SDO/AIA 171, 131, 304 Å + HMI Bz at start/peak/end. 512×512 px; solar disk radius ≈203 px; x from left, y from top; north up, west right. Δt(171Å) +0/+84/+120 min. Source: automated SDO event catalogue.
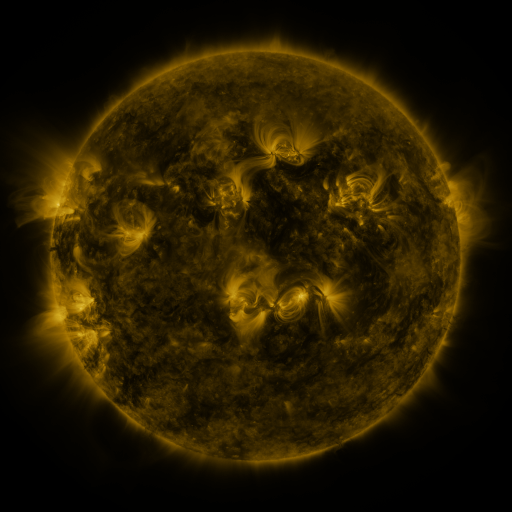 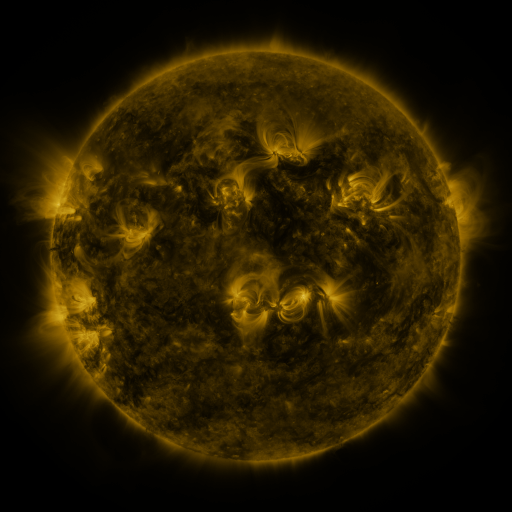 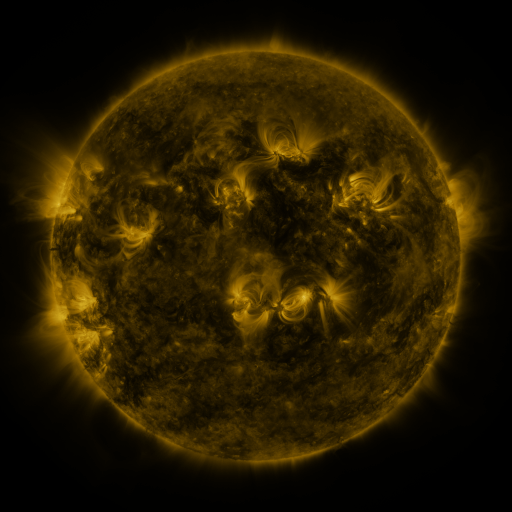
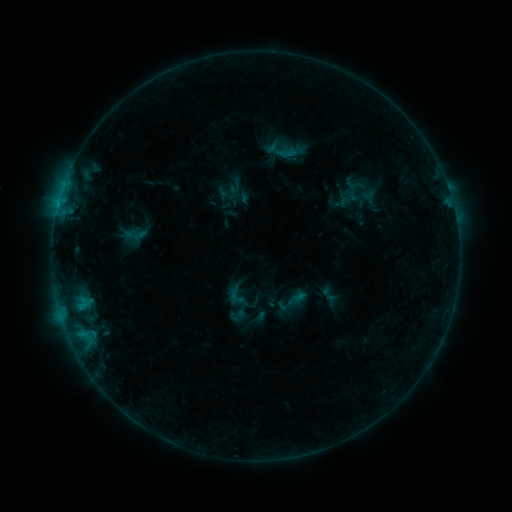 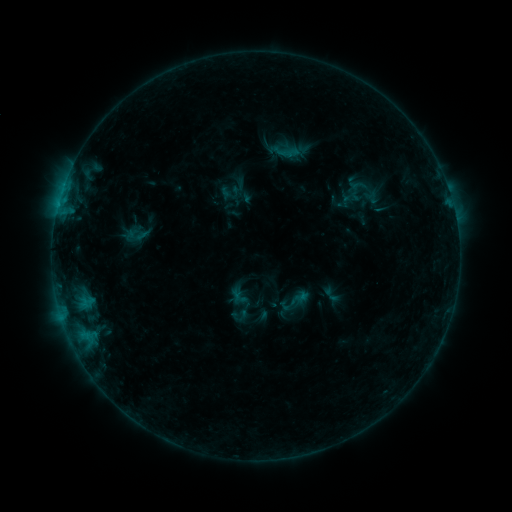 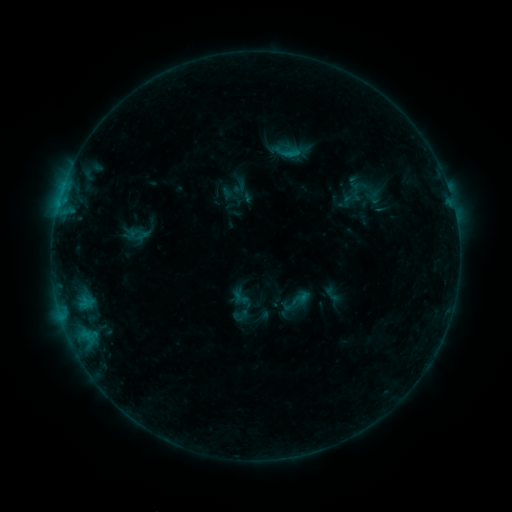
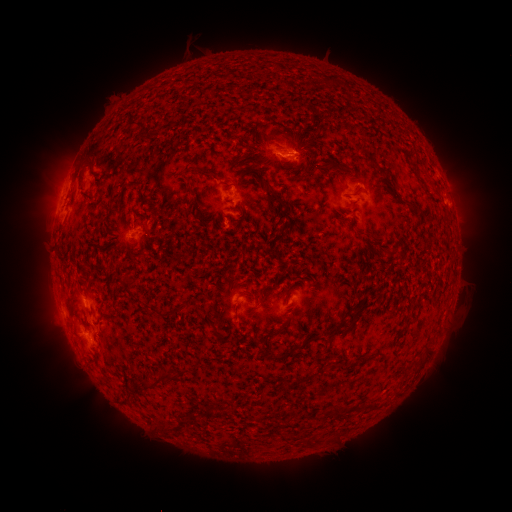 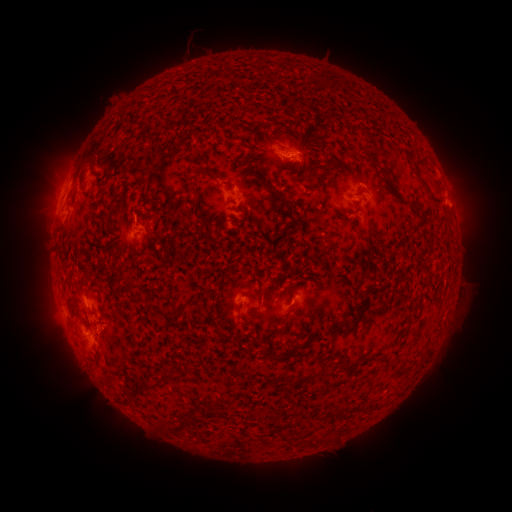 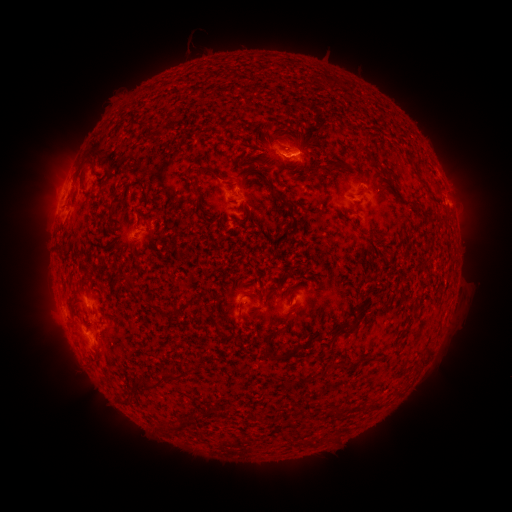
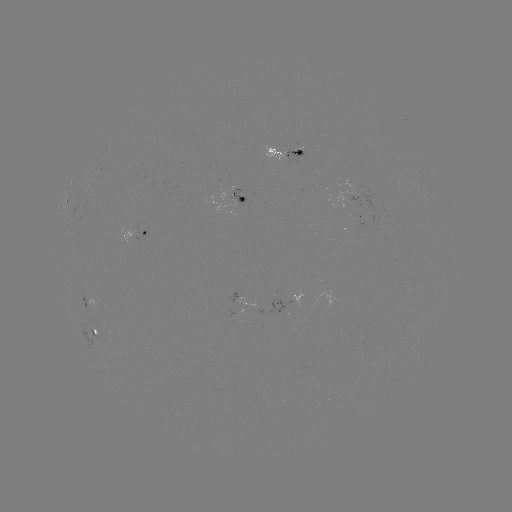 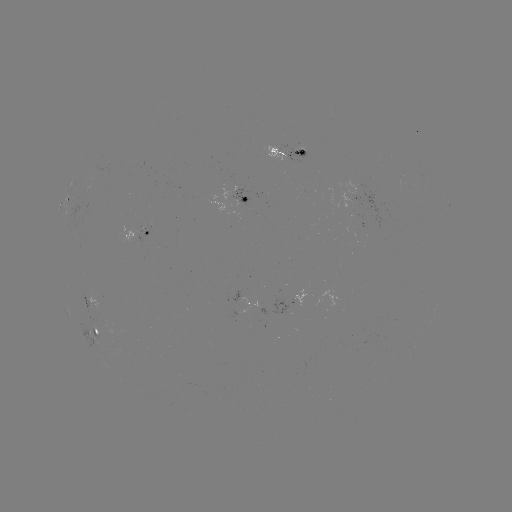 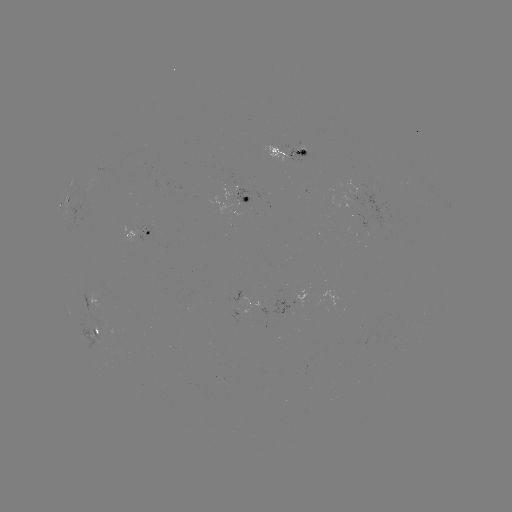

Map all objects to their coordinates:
emerging-flux region: (255, 309)
